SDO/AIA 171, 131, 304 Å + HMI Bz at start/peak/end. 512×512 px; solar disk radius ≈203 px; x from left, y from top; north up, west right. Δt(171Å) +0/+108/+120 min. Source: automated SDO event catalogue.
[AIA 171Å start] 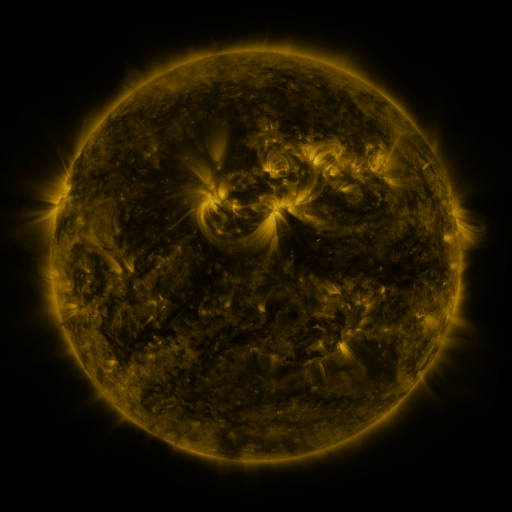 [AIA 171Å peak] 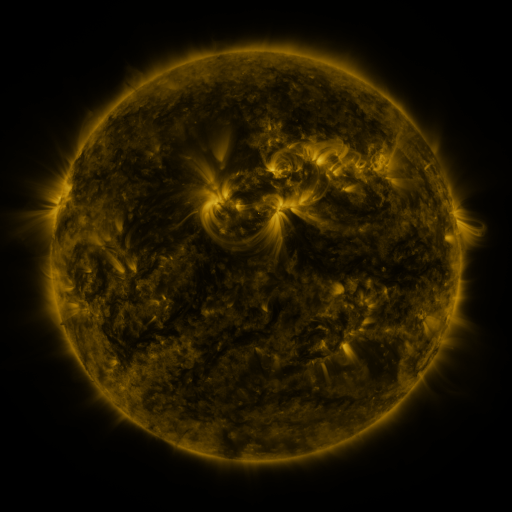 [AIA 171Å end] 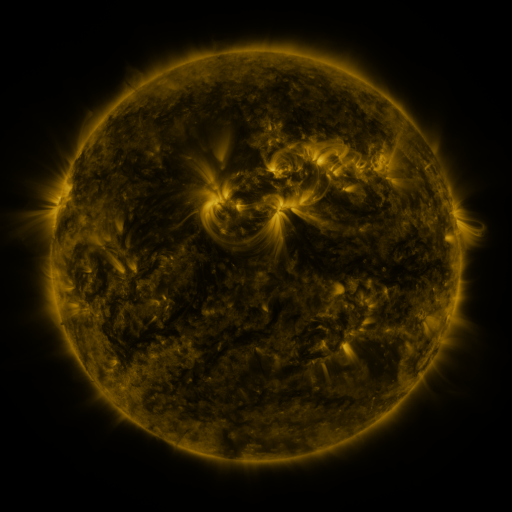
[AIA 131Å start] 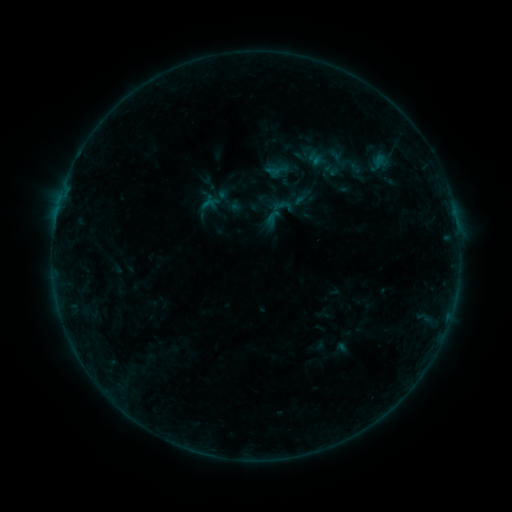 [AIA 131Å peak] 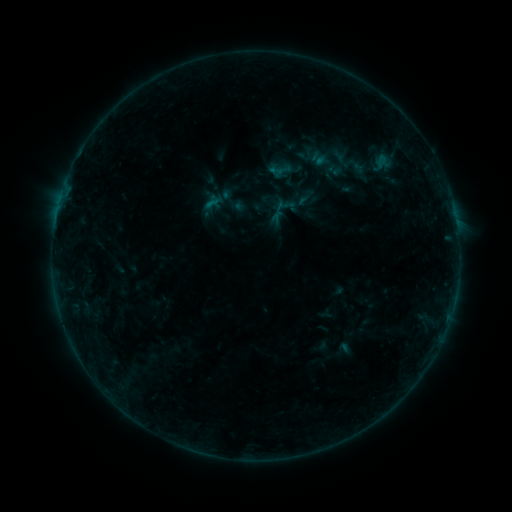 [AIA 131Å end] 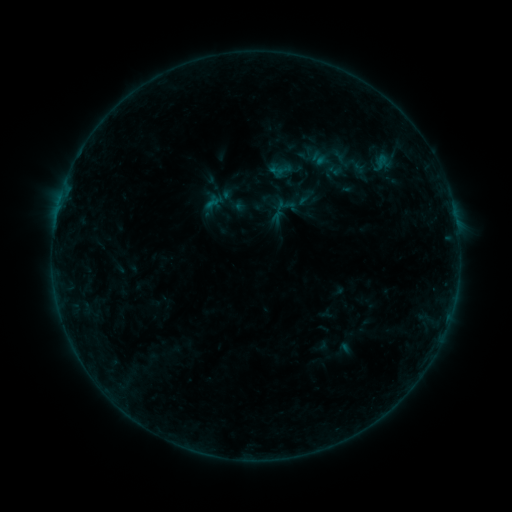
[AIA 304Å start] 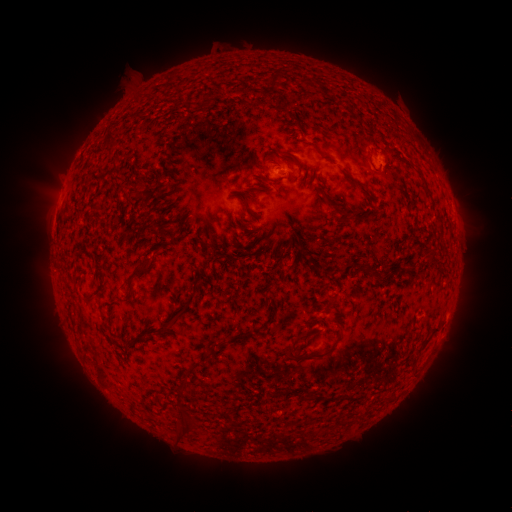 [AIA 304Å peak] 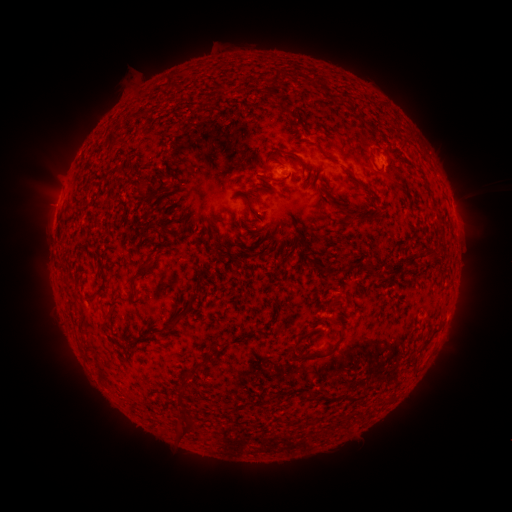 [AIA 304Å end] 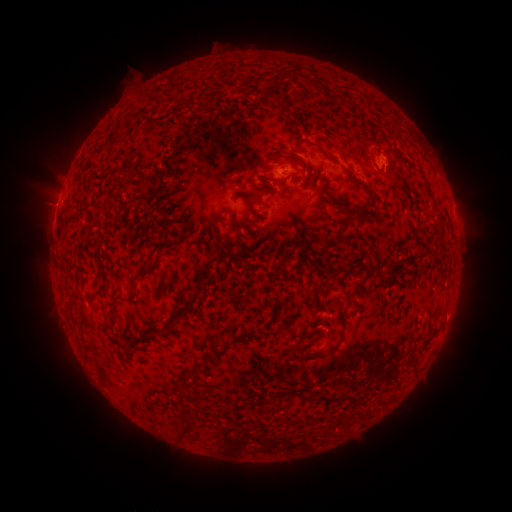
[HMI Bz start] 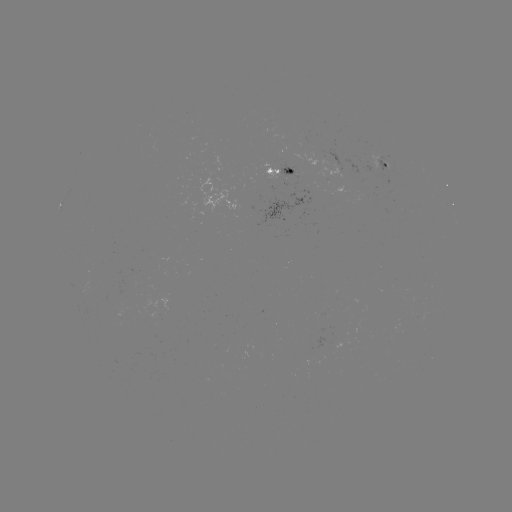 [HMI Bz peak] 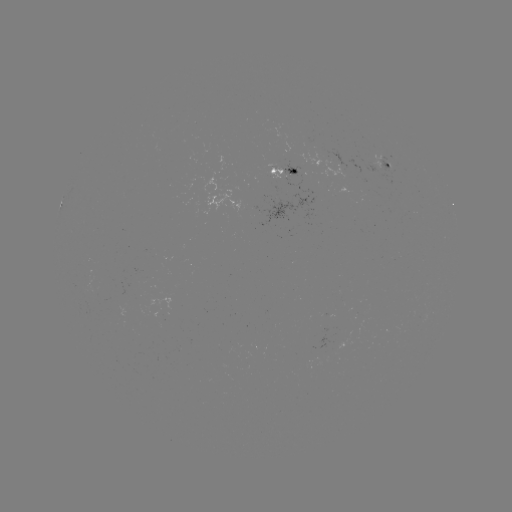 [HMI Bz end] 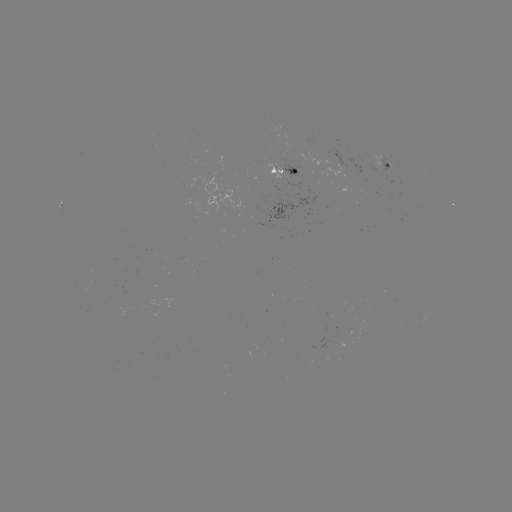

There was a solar emerging-flux region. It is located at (274, 170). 